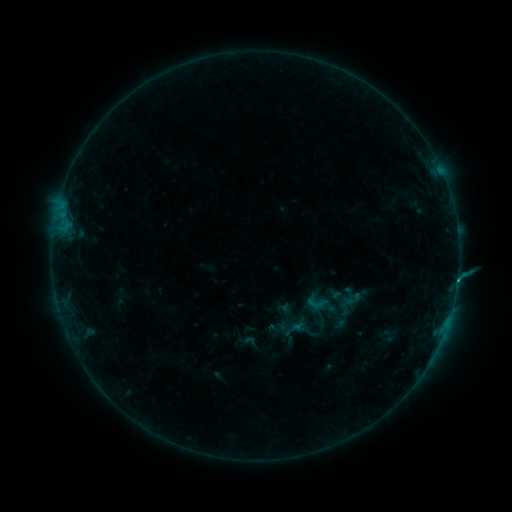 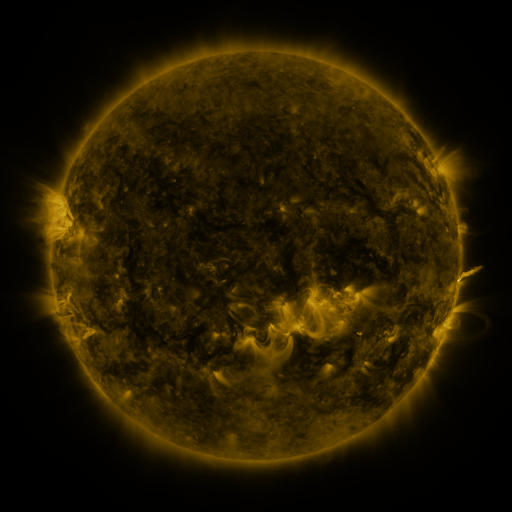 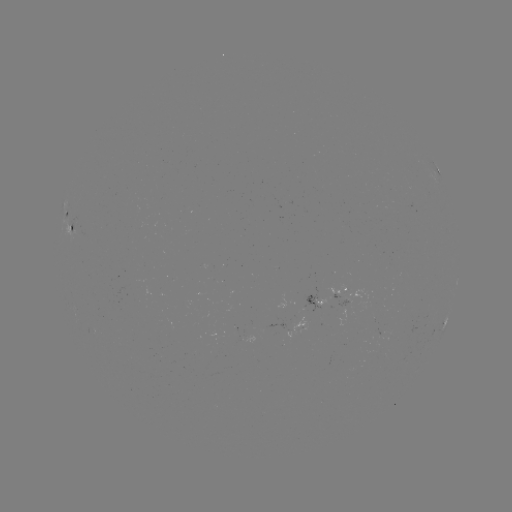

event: sigmoid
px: (316, 303)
